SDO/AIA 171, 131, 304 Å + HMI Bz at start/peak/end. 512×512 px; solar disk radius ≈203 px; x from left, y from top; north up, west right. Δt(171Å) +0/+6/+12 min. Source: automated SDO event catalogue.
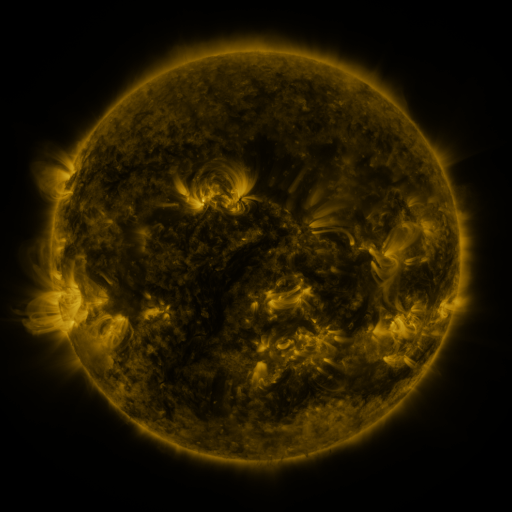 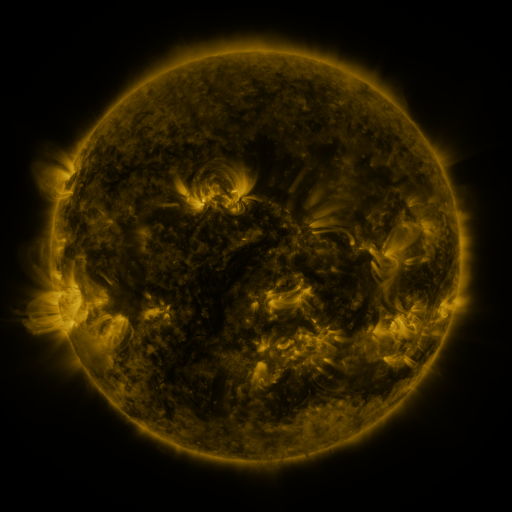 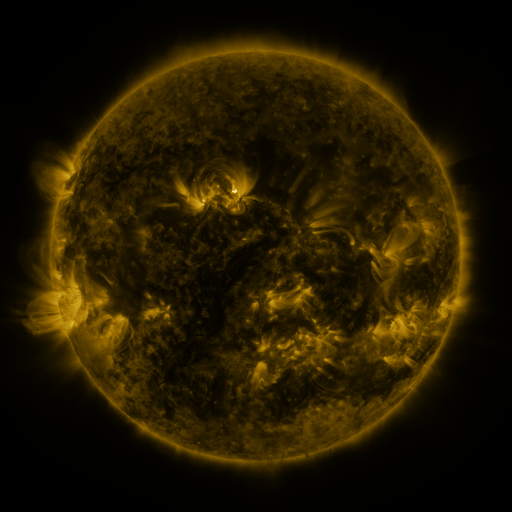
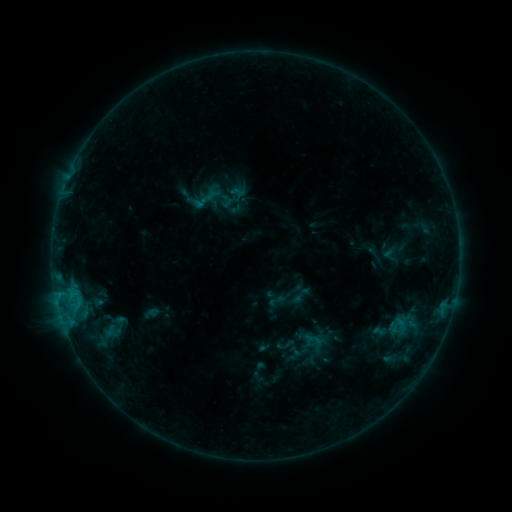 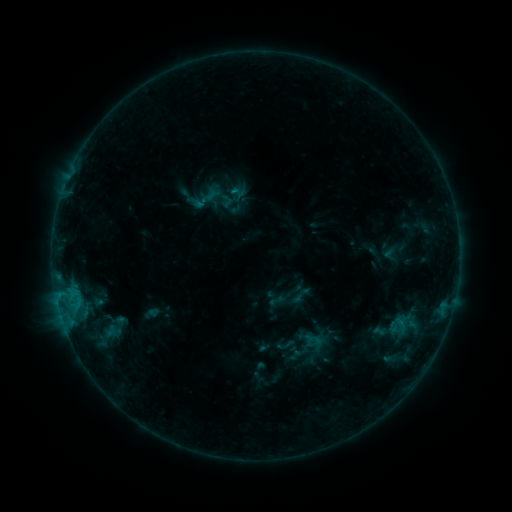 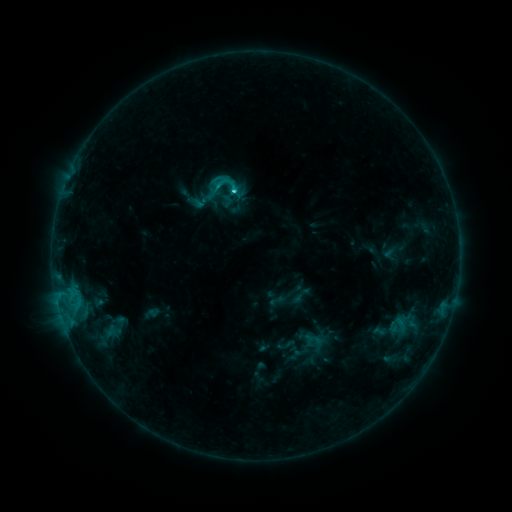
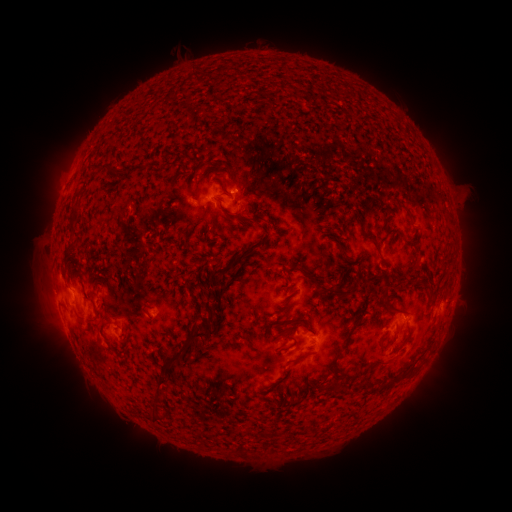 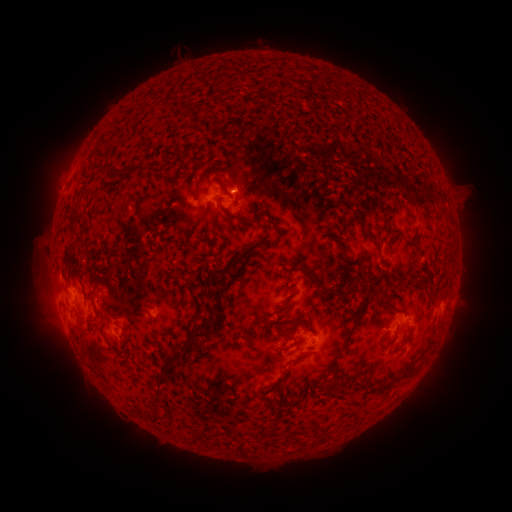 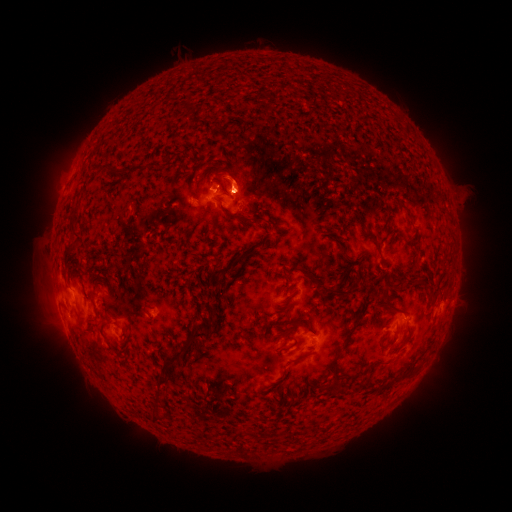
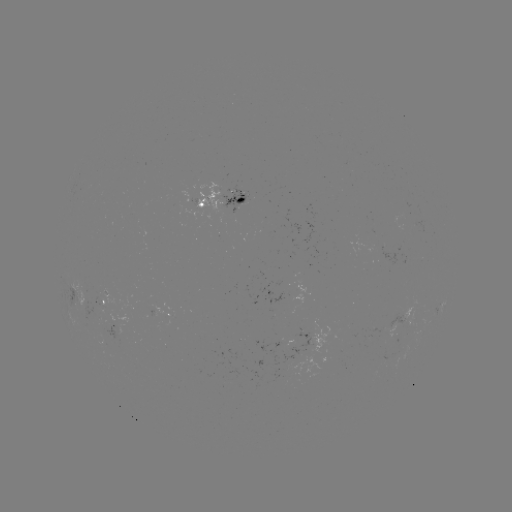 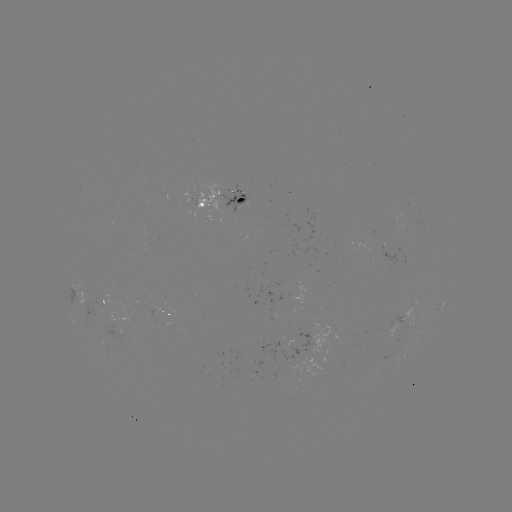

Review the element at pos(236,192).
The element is C2.1 flare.